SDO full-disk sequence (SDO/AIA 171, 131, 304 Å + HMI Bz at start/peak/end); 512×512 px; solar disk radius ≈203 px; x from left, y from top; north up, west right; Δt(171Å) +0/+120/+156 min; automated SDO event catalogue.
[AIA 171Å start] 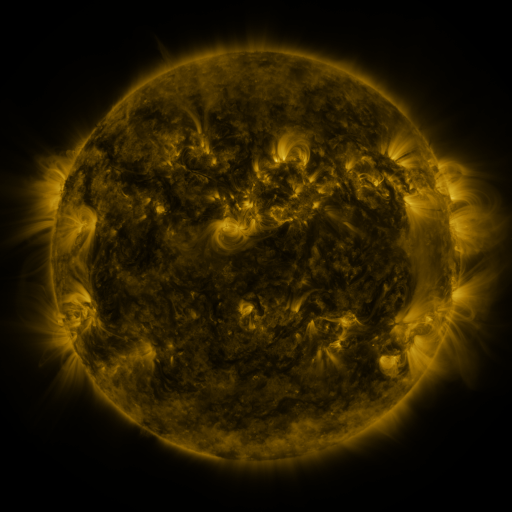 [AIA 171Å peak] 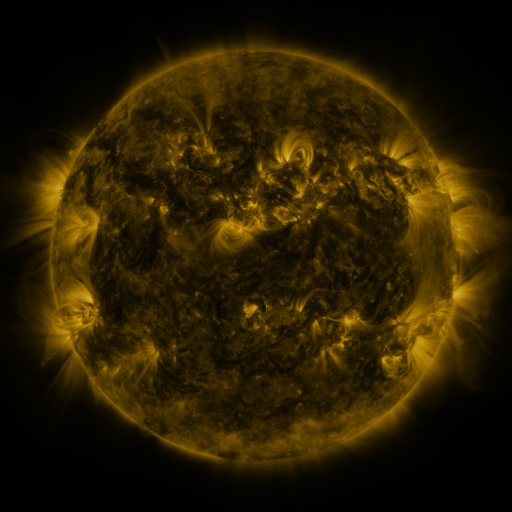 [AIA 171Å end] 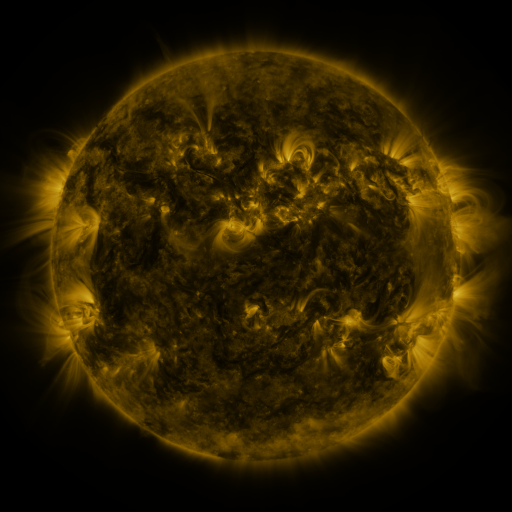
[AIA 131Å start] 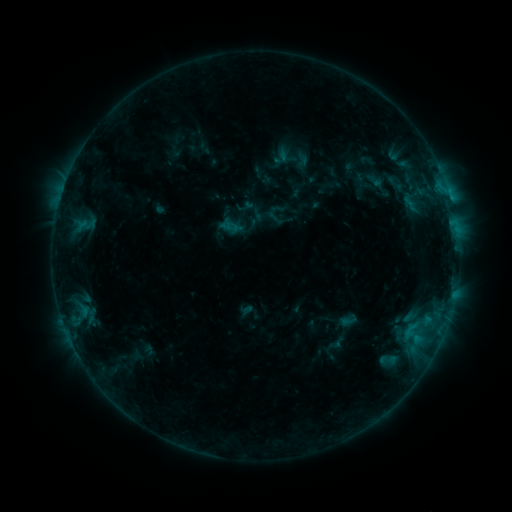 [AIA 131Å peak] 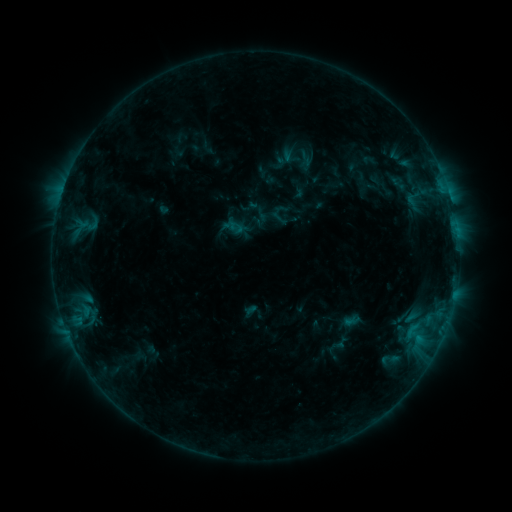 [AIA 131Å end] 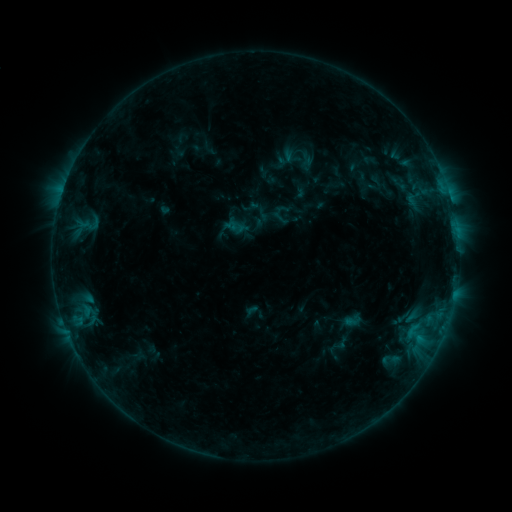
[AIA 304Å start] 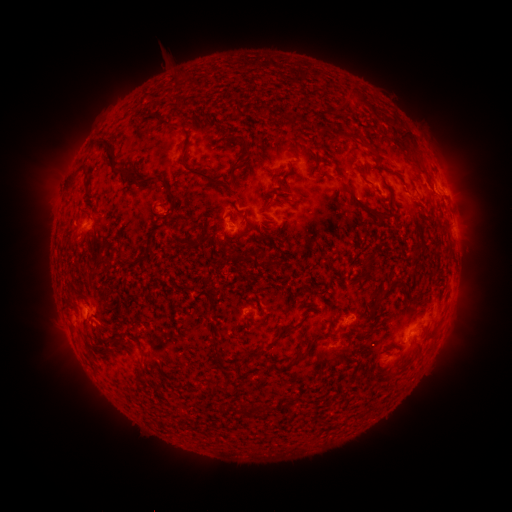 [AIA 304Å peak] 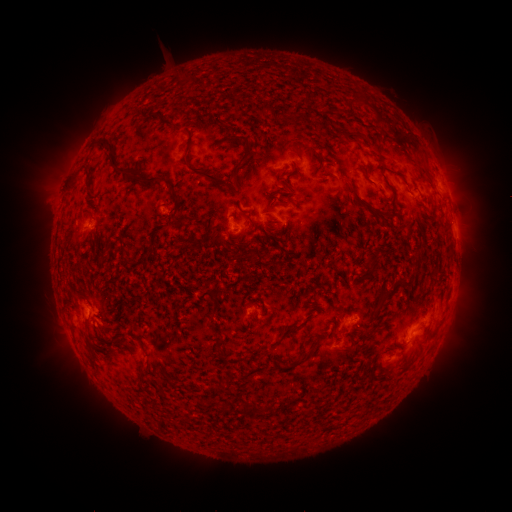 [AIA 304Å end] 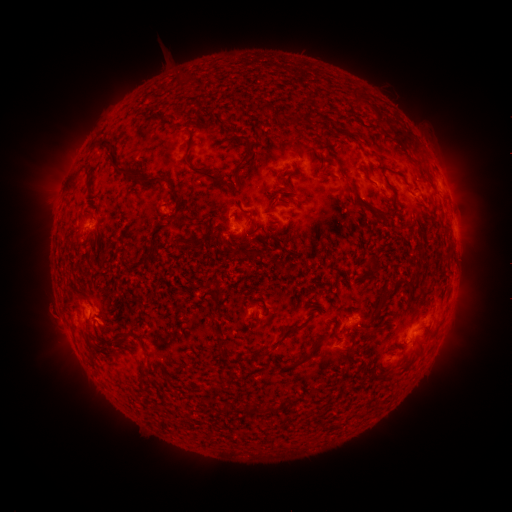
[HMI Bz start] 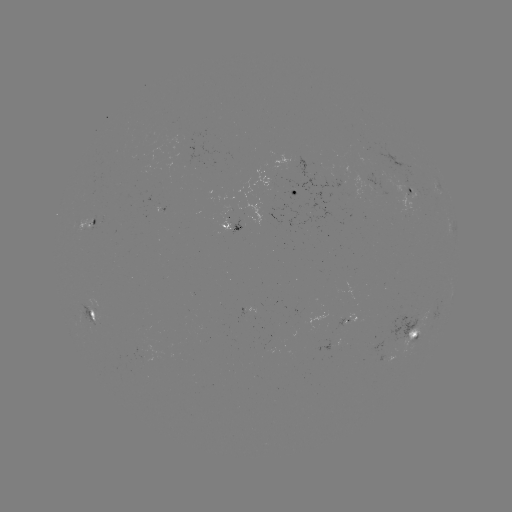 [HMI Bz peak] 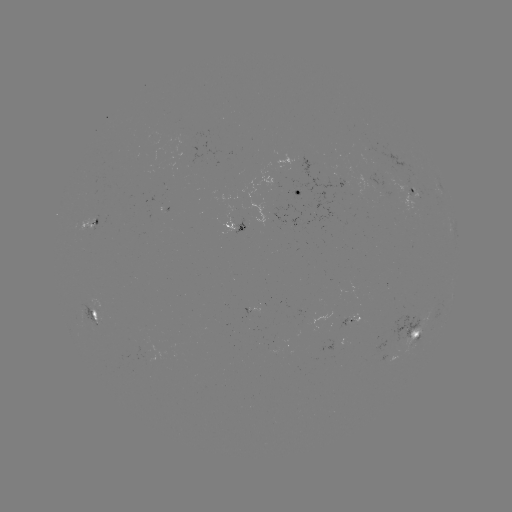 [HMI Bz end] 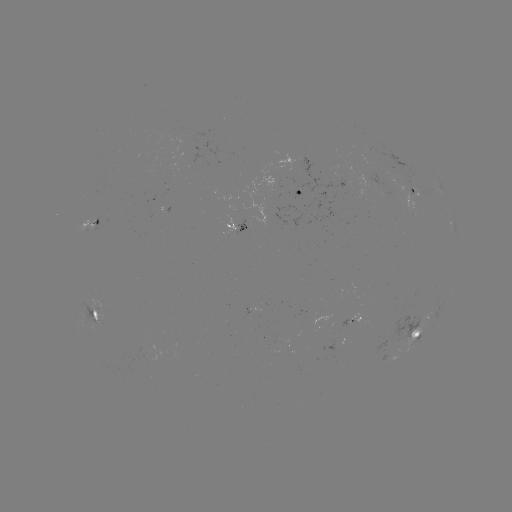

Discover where emerging-flux region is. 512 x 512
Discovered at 382,159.